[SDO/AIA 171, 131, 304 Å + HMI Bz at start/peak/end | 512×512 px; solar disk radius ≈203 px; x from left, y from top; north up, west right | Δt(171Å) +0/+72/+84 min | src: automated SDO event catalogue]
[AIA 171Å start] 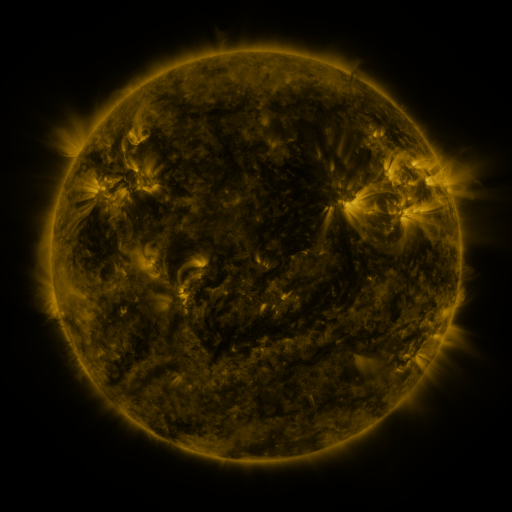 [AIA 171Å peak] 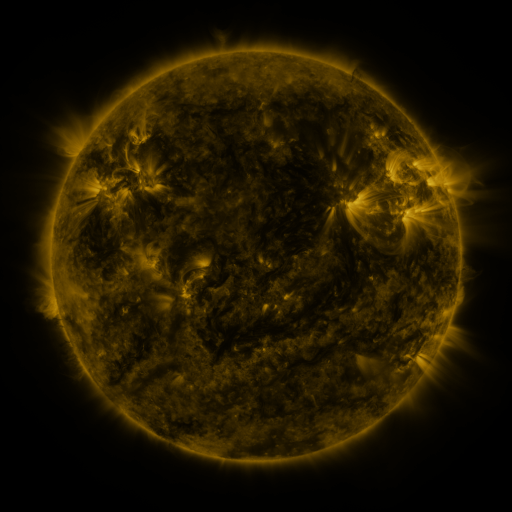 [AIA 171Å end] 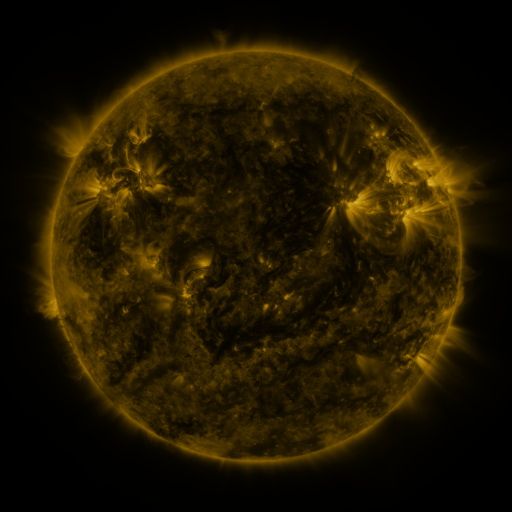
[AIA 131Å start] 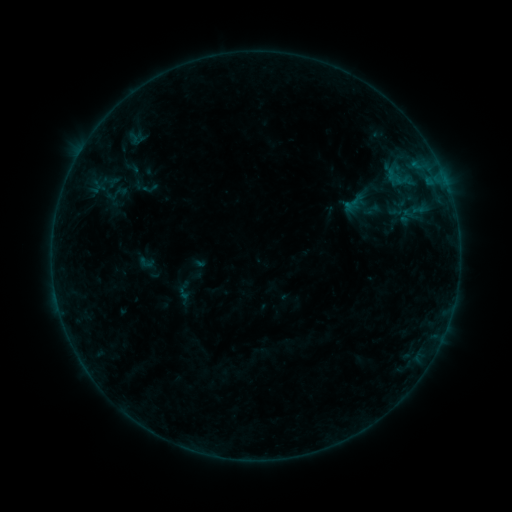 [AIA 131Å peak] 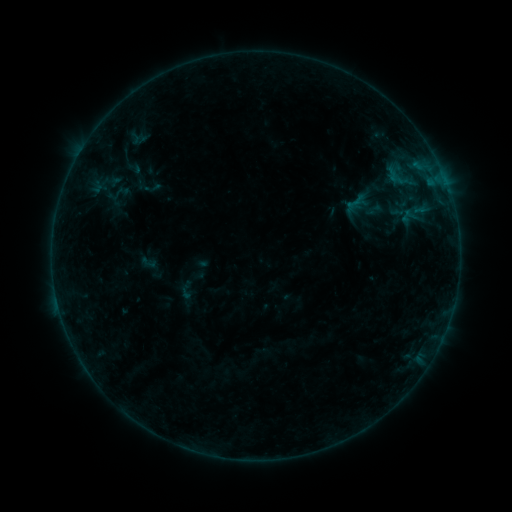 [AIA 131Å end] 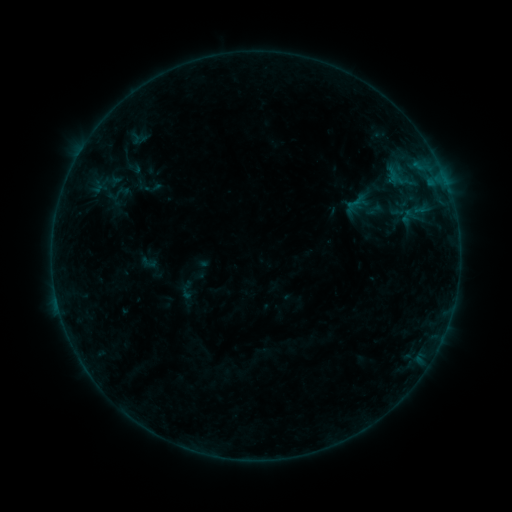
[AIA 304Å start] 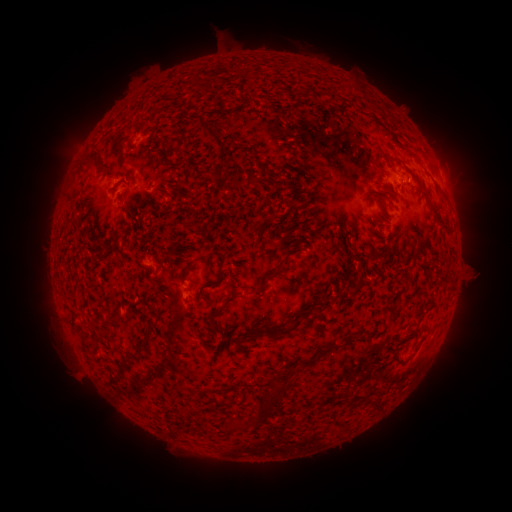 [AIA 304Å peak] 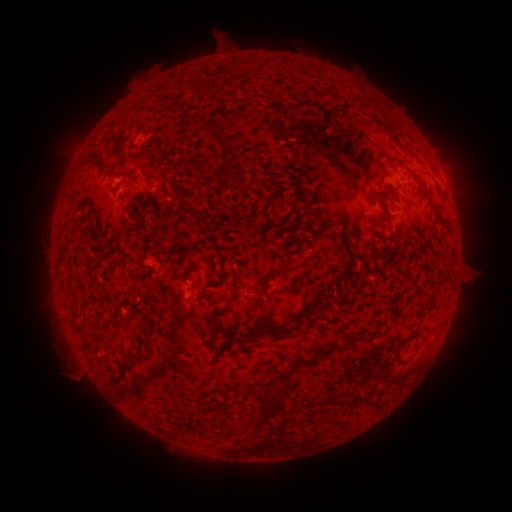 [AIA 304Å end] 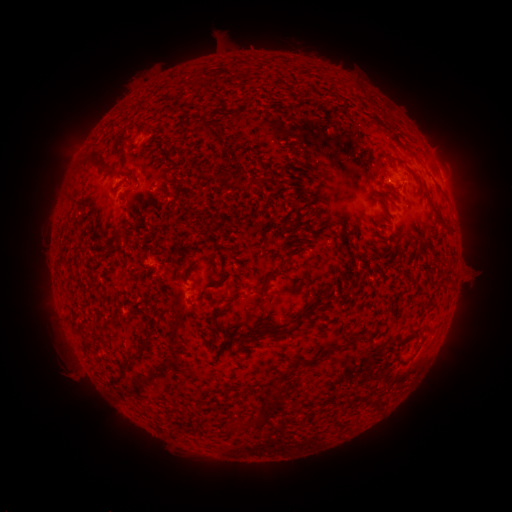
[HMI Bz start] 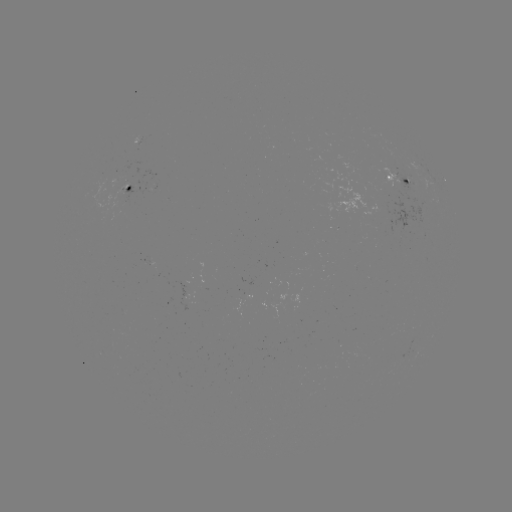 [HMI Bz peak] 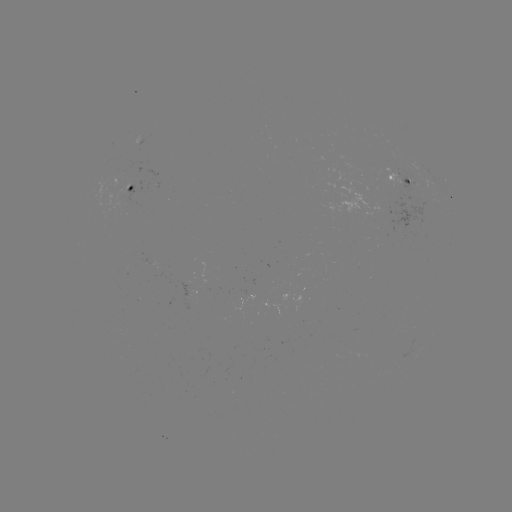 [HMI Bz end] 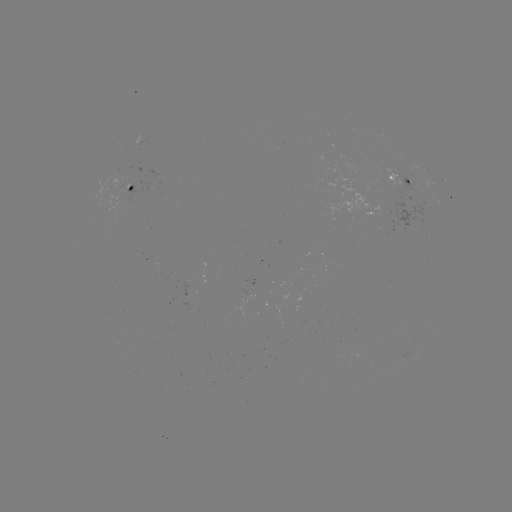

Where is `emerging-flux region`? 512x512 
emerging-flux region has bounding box [114, 184, 129, 200].